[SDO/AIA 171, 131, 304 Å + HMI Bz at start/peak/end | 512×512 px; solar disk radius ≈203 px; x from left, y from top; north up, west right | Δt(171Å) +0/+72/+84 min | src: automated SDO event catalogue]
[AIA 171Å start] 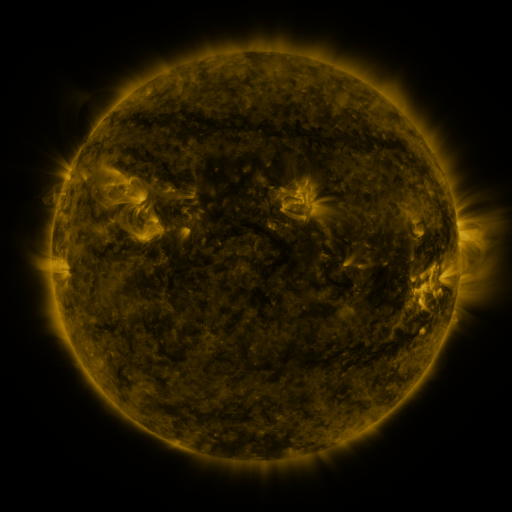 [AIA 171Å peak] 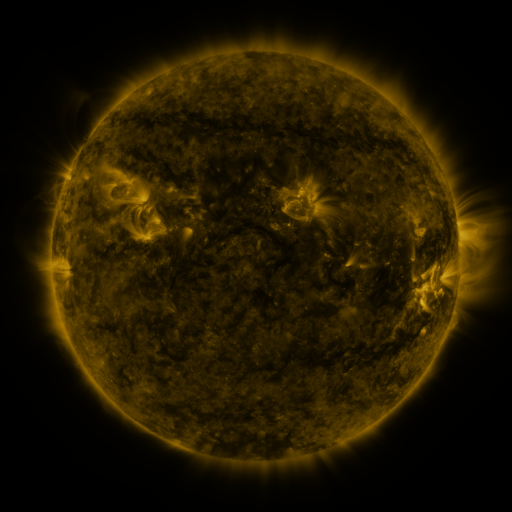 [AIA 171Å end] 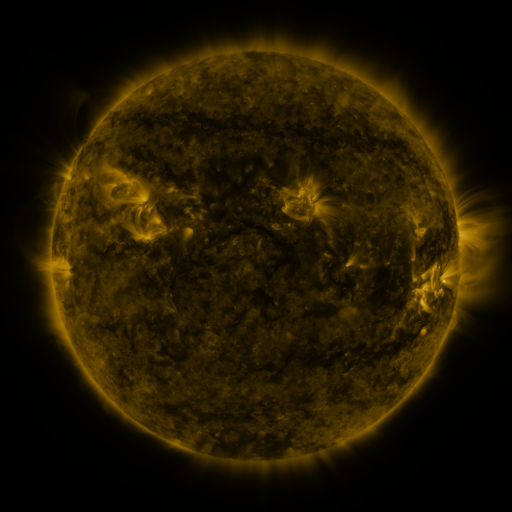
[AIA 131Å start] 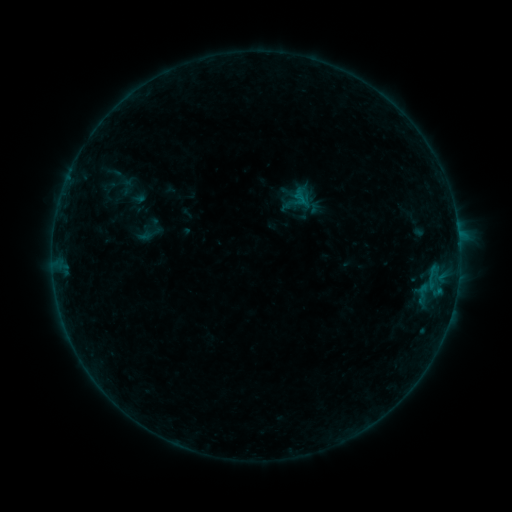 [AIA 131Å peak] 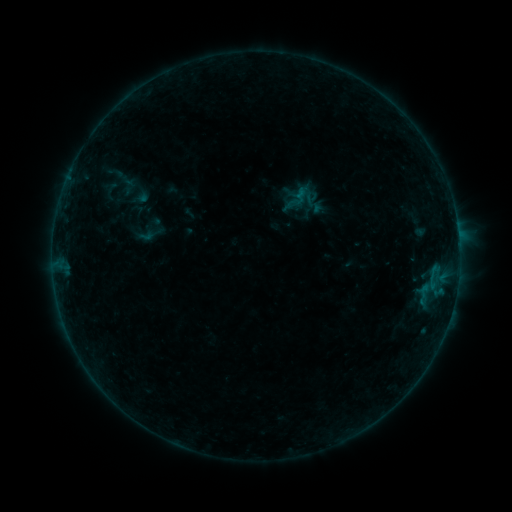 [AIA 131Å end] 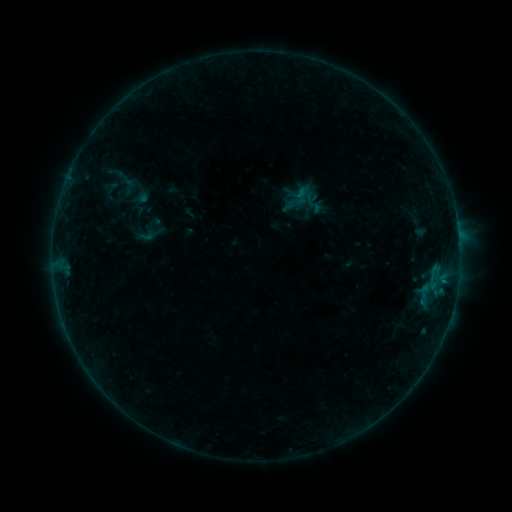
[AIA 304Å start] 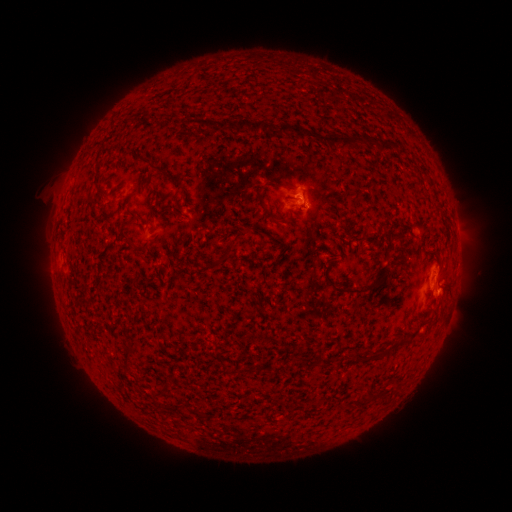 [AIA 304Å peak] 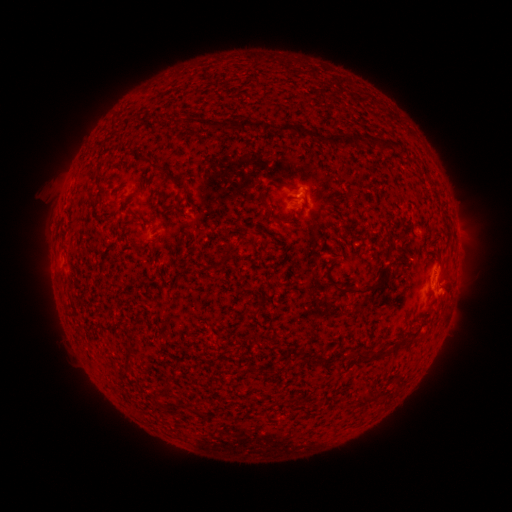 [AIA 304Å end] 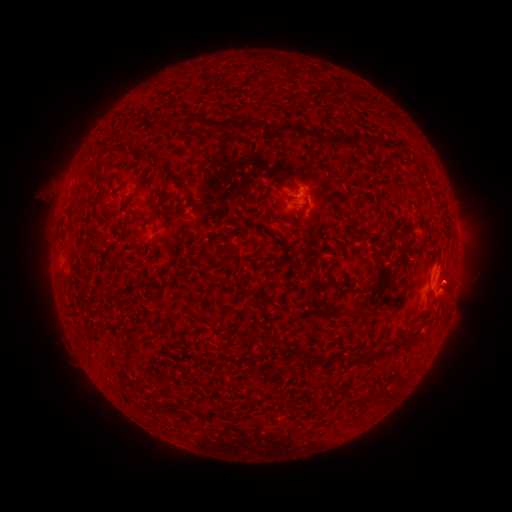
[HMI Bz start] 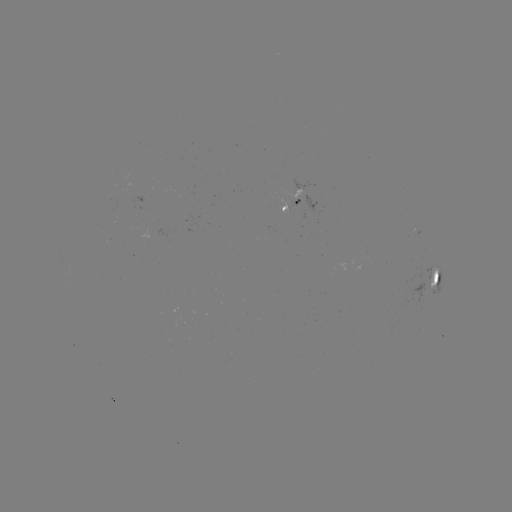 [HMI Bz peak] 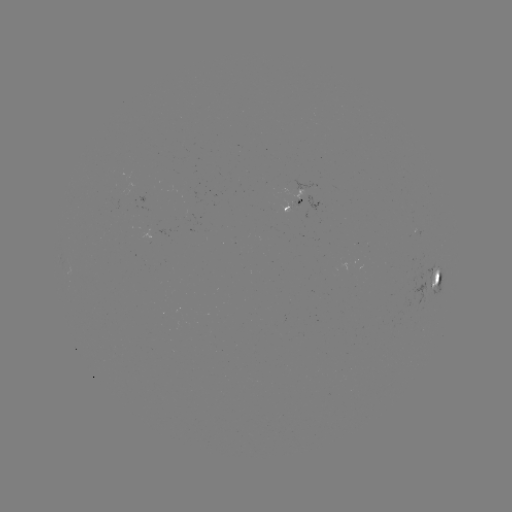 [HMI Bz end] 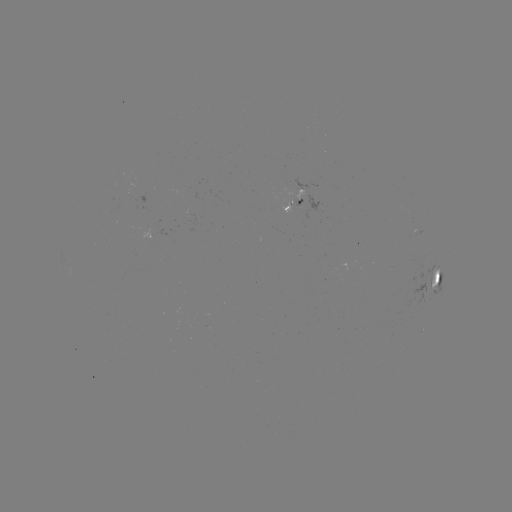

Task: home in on emerging-flux region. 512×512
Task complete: (289, 207).